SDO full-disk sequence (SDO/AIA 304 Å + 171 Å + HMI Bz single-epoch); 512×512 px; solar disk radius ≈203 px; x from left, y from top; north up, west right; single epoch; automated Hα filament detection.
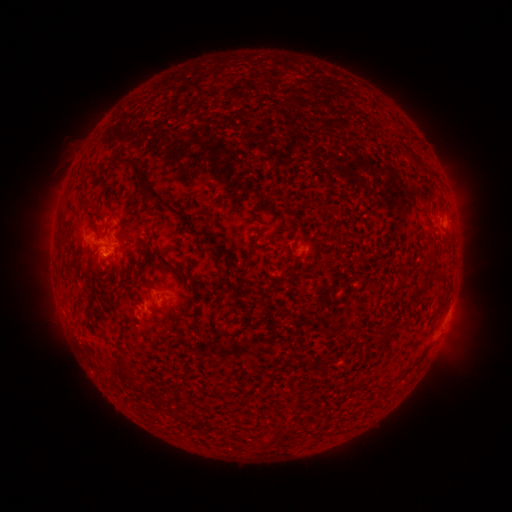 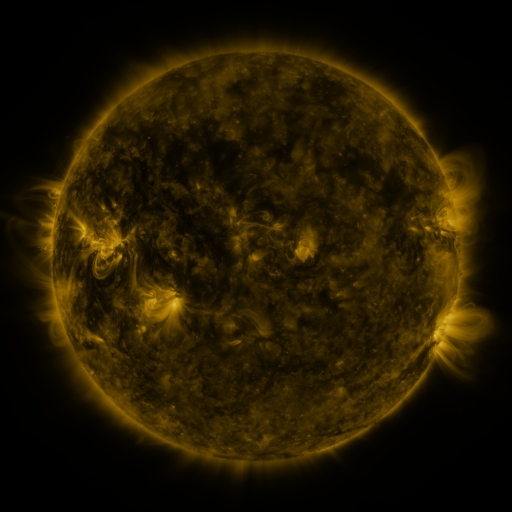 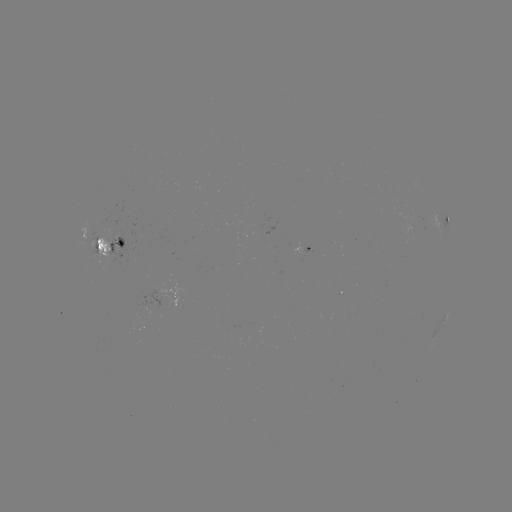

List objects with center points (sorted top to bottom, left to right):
filament: (160, 200)
filament: (89, 204)
filament: (331, 232)
filament: (162, 255)
filament: (96, 256)
filament: (393, 319)
filament: (122, 363)
filament: (323, 373)
filament: (133, 380)
